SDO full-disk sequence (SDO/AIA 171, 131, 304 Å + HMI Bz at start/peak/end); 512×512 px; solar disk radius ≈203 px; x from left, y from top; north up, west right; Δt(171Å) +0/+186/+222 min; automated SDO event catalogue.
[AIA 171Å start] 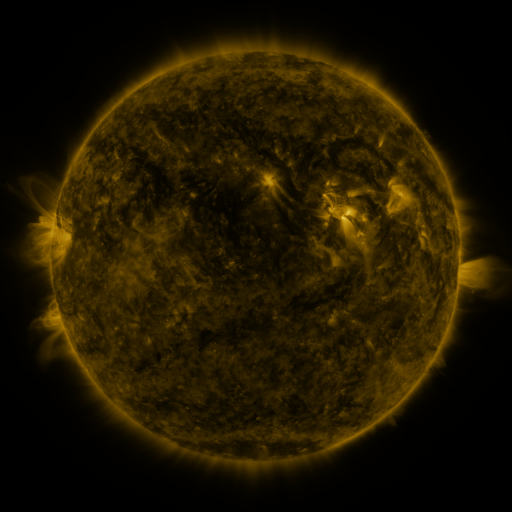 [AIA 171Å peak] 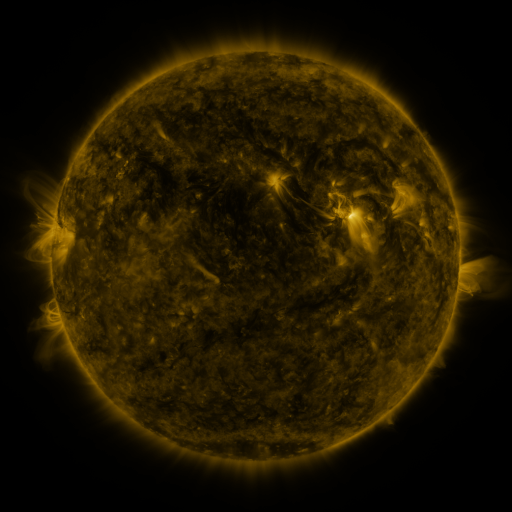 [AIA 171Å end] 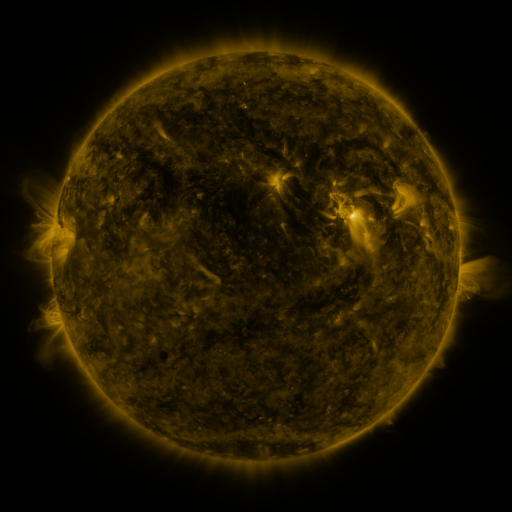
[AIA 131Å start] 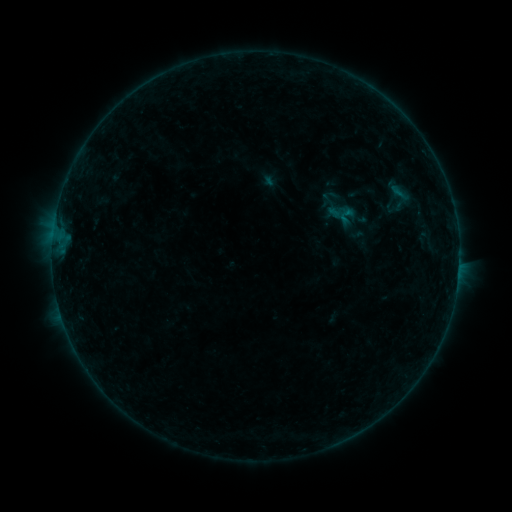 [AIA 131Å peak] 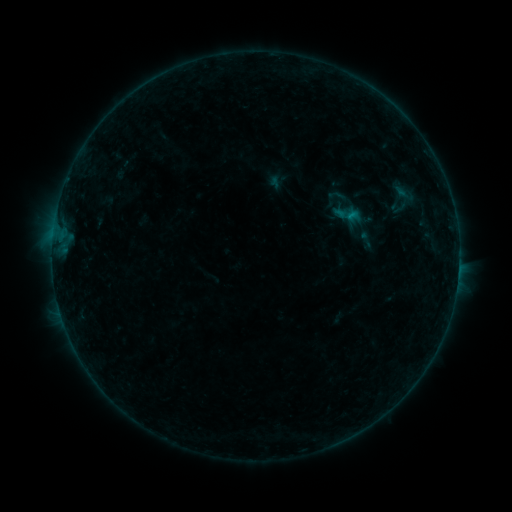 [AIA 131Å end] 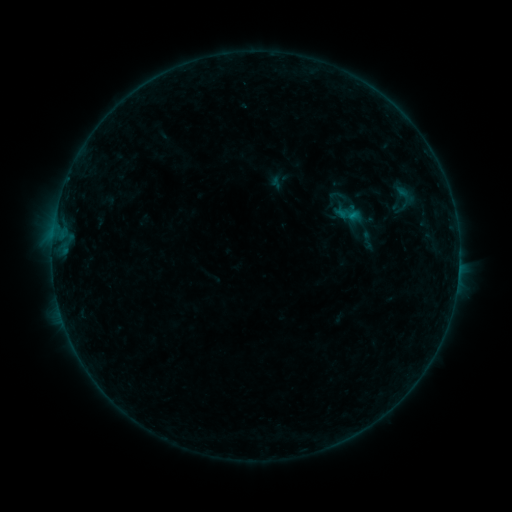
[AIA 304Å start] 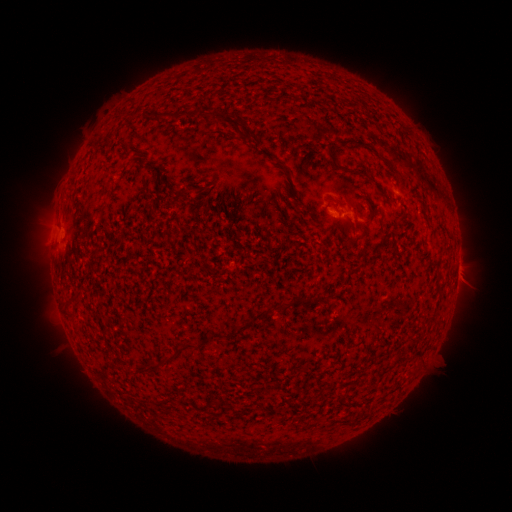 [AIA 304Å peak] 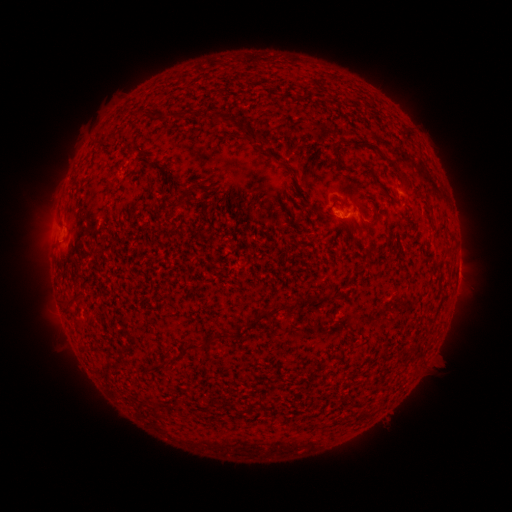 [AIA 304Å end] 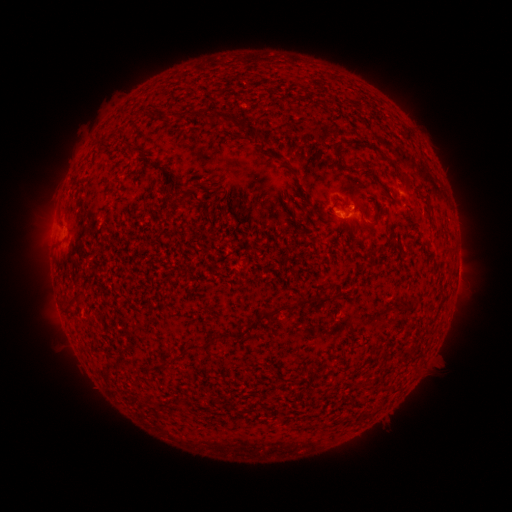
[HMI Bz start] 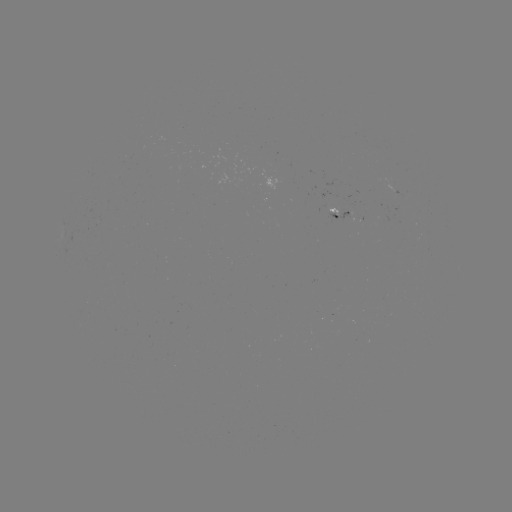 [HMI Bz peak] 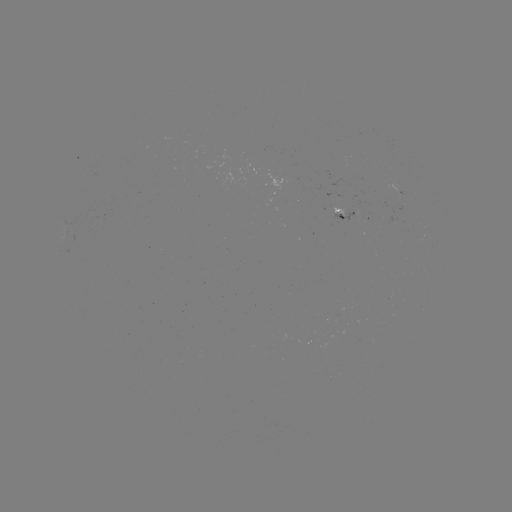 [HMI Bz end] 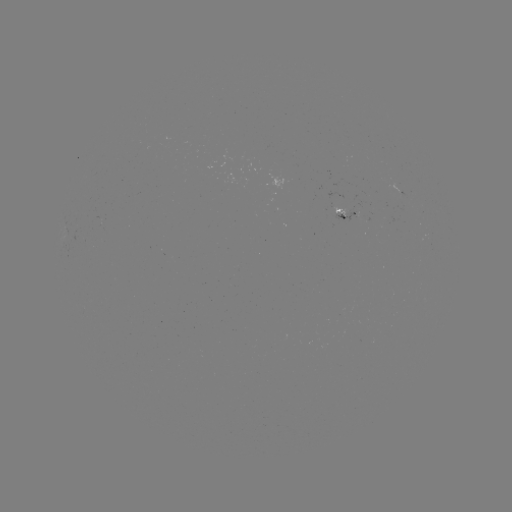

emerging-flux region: (332, 207, 349, 217)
